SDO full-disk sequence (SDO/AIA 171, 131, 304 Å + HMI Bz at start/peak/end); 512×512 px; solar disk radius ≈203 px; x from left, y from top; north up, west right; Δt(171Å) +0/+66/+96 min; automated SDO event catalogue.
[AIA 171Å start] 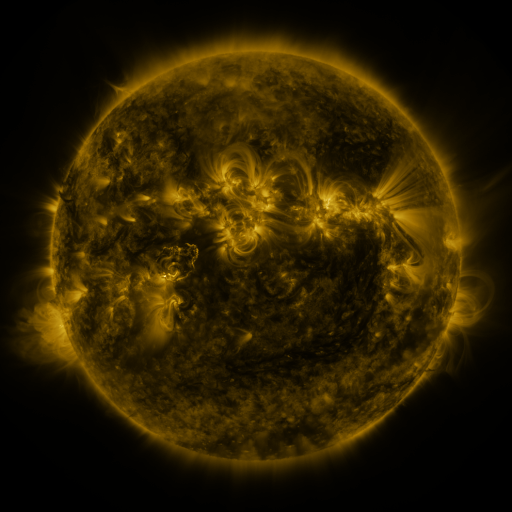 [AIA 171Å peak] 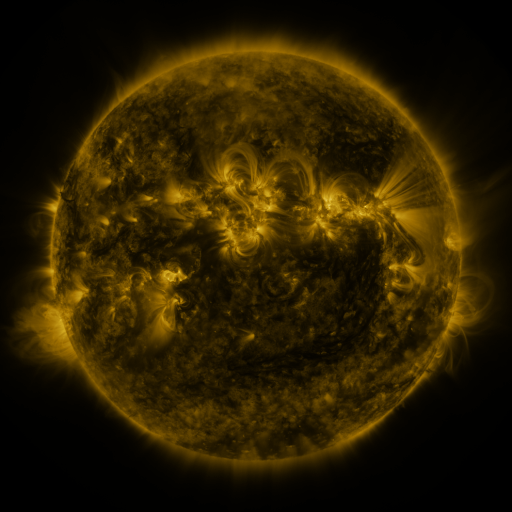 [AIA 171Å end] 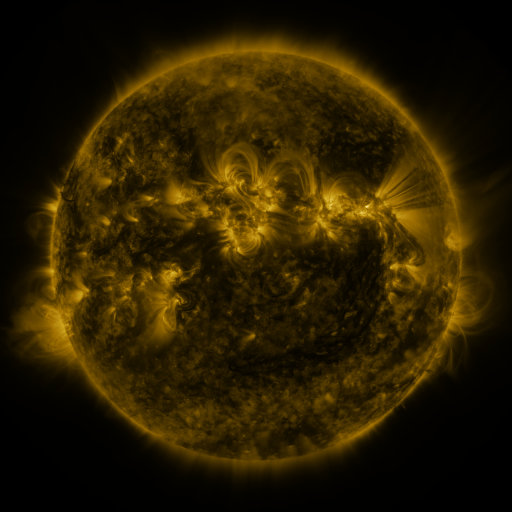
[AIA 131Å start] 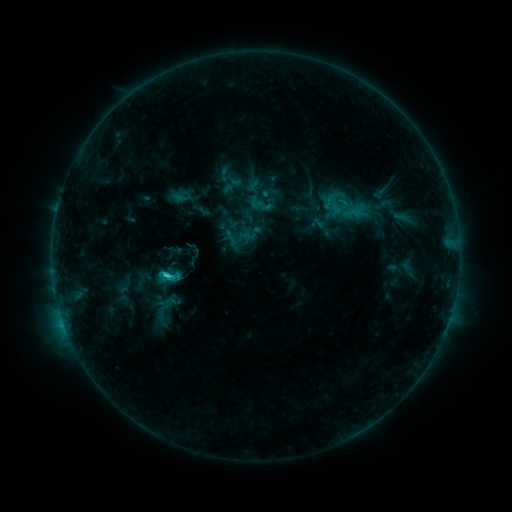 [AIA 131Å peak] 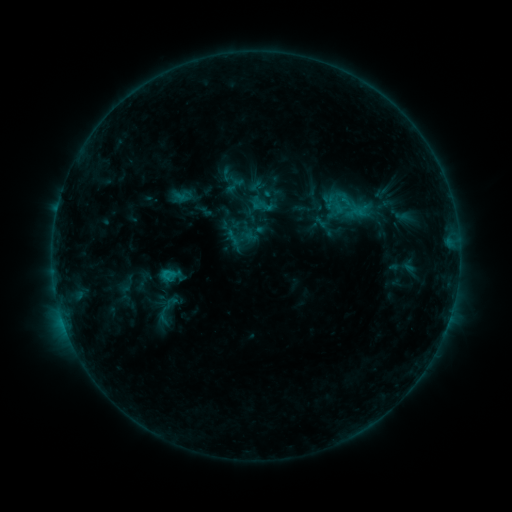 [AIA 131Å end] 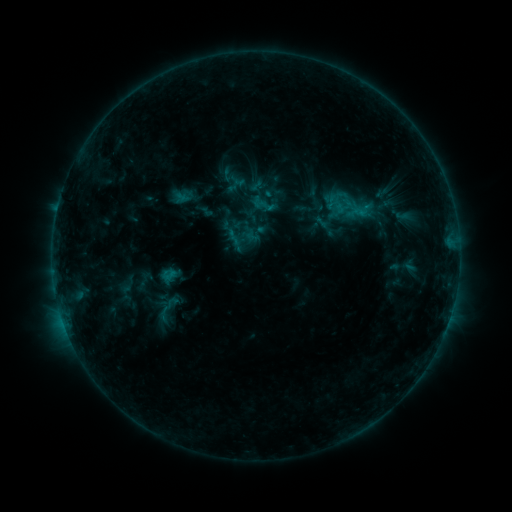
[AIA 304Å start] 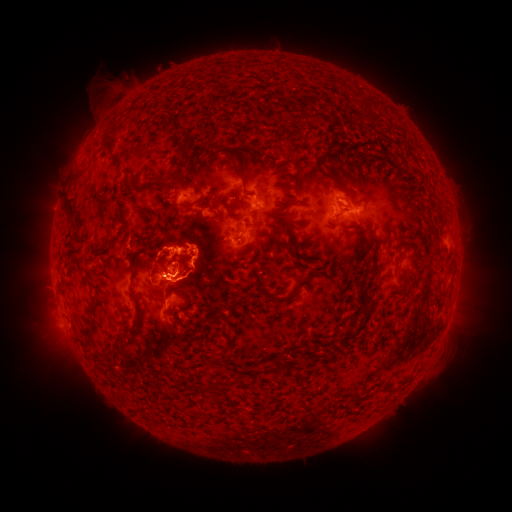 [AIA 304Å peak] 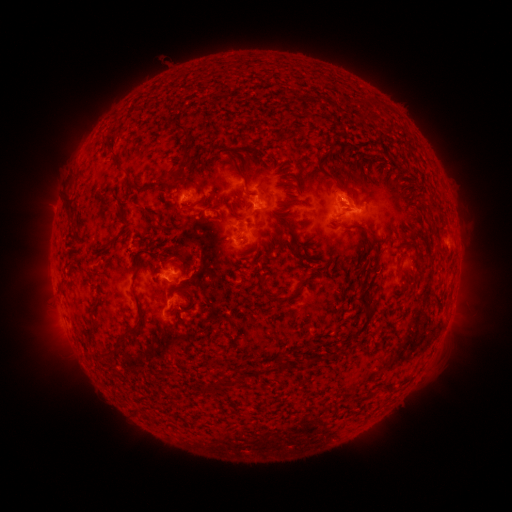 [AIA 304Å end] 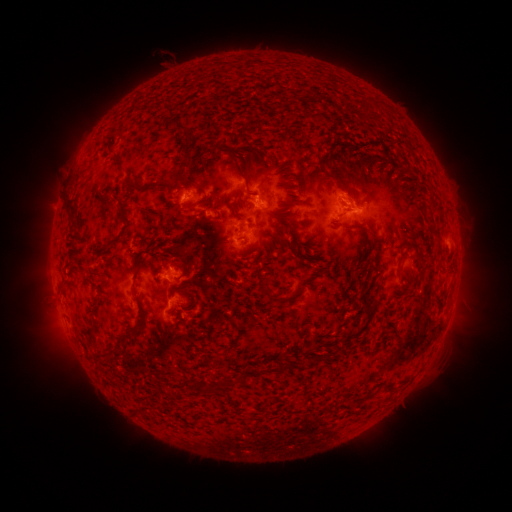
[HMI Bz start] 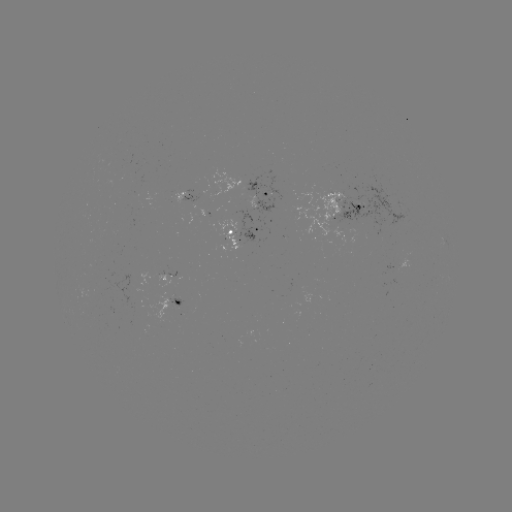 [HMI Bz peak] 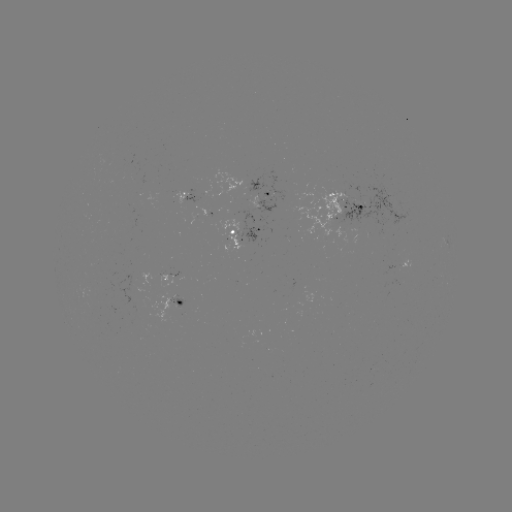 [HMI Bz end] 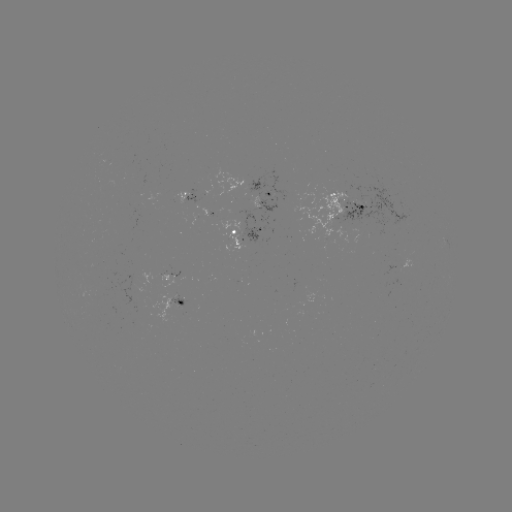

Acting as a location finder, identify emerging-flux region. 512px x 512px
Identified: (364, 204).